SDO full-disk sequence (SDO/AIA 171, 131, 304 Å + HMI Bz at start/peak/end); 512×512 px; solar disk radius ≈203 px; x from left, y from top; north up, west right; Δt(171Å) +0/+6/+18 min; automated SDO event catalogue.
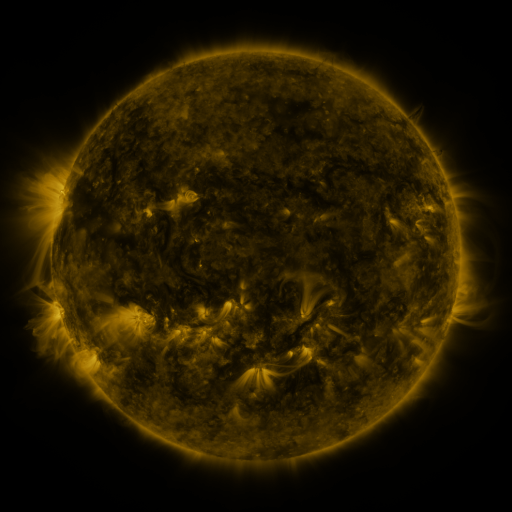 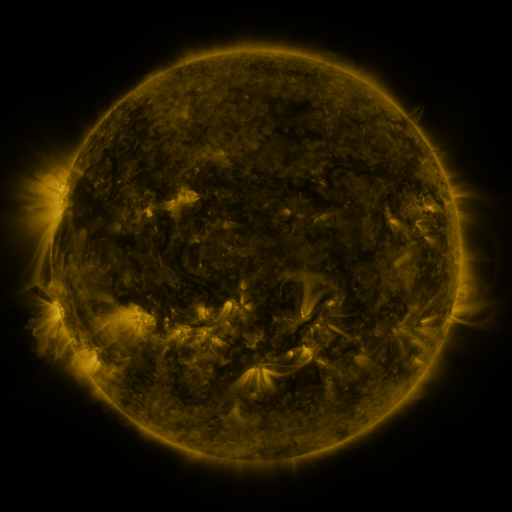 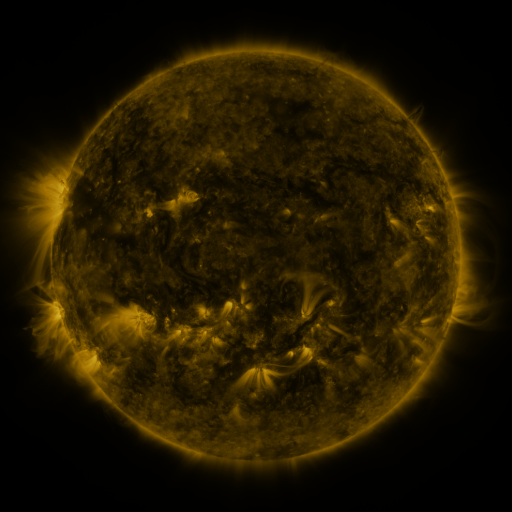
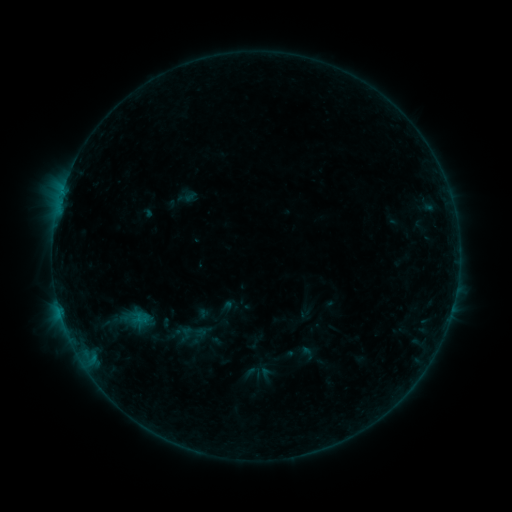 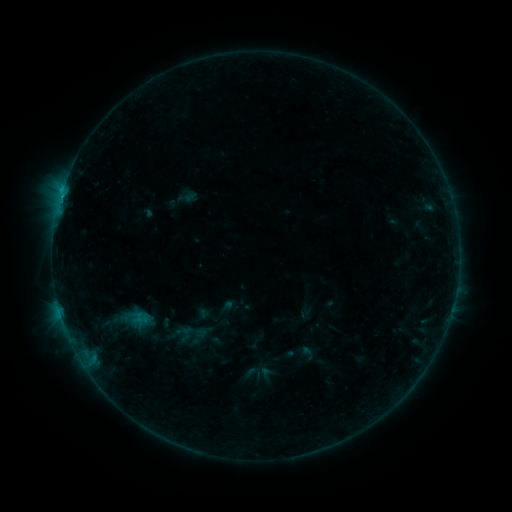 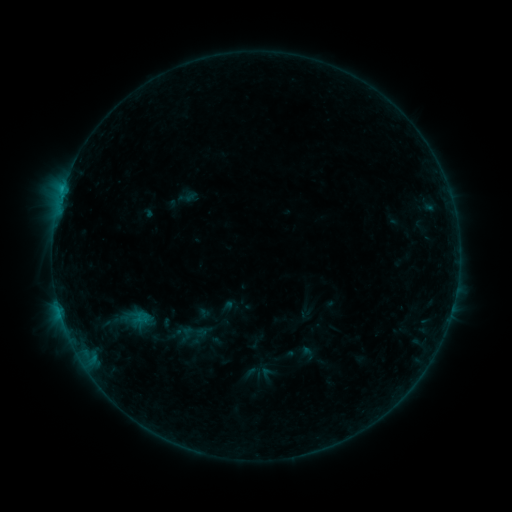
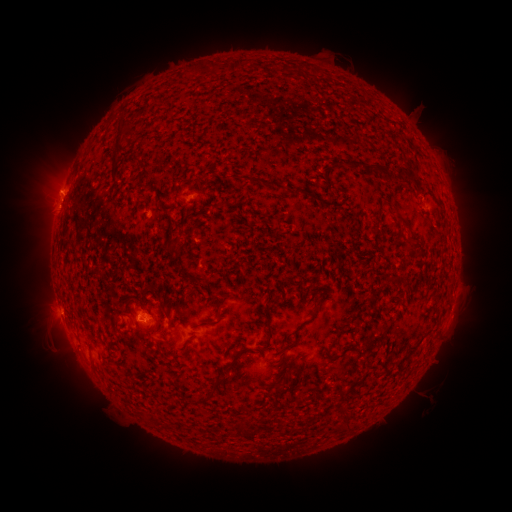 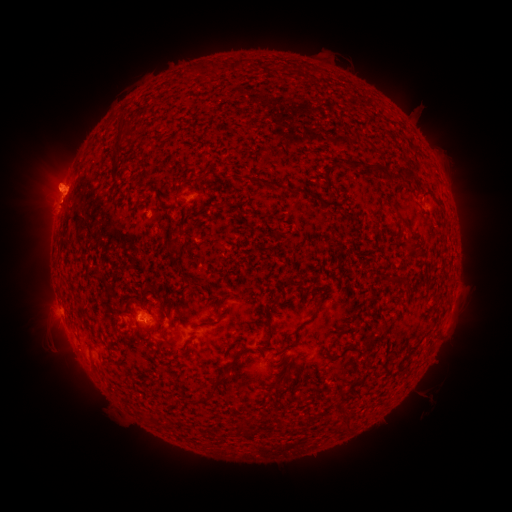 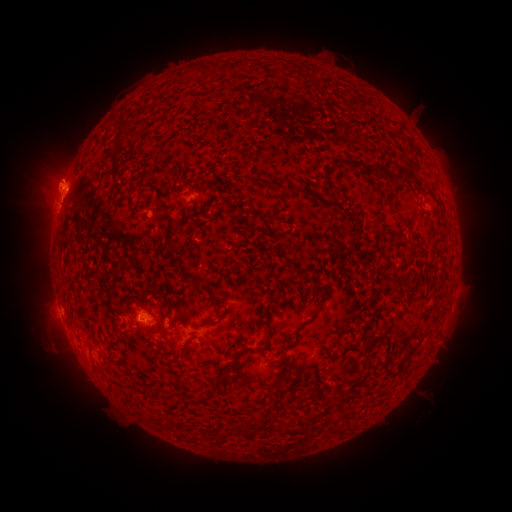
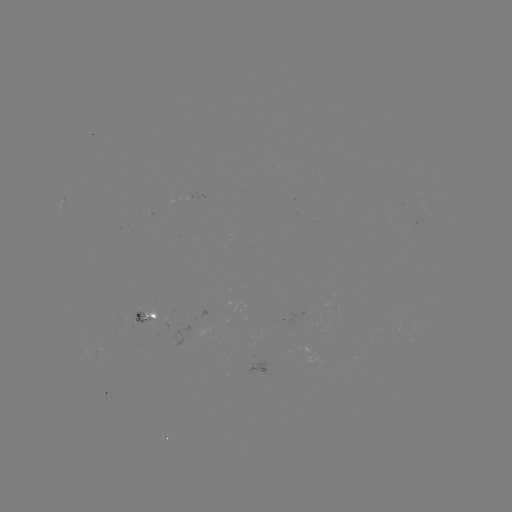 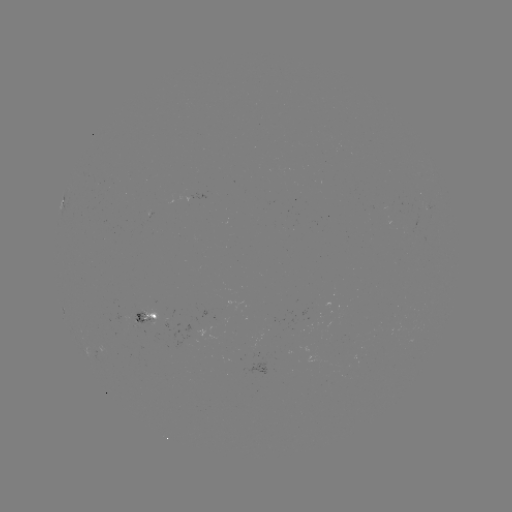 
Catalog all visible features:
eruption: (59, 183)
